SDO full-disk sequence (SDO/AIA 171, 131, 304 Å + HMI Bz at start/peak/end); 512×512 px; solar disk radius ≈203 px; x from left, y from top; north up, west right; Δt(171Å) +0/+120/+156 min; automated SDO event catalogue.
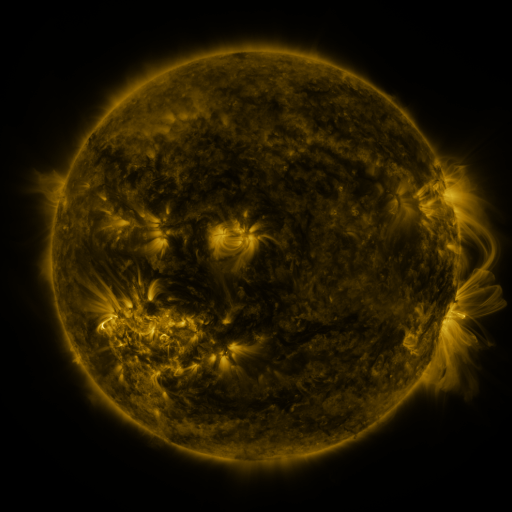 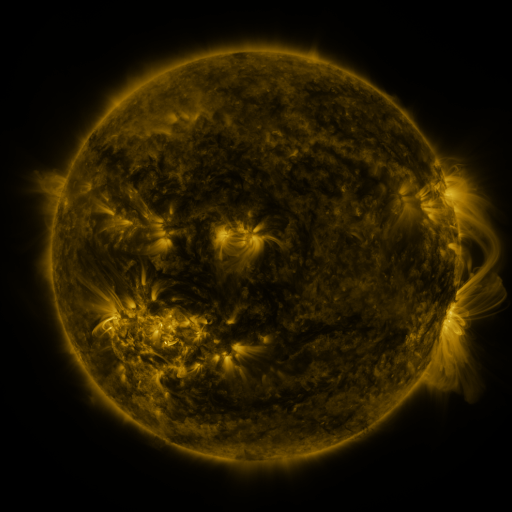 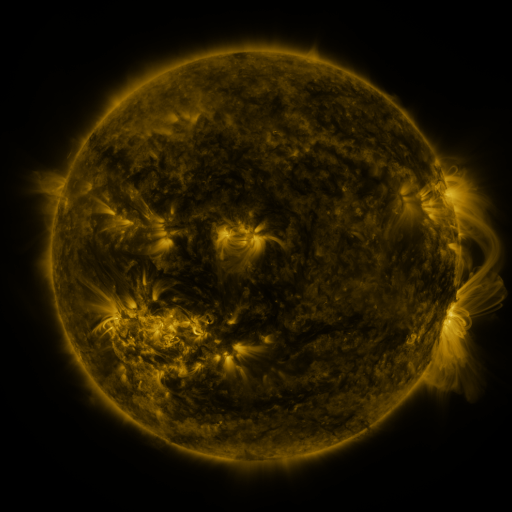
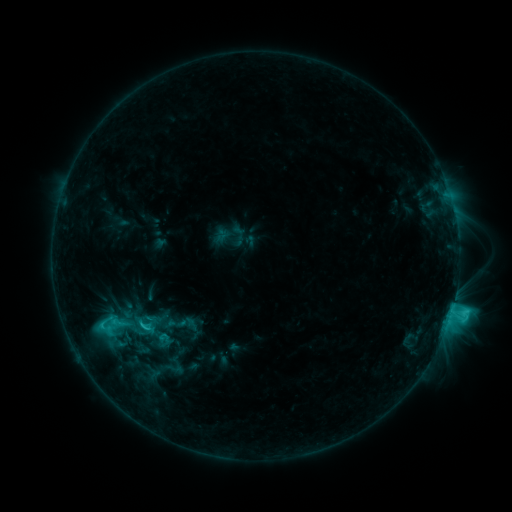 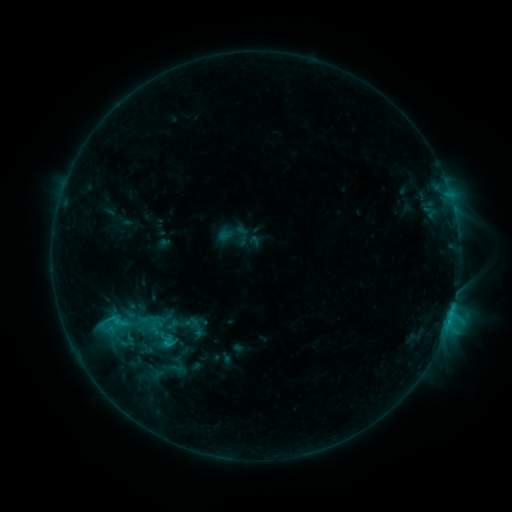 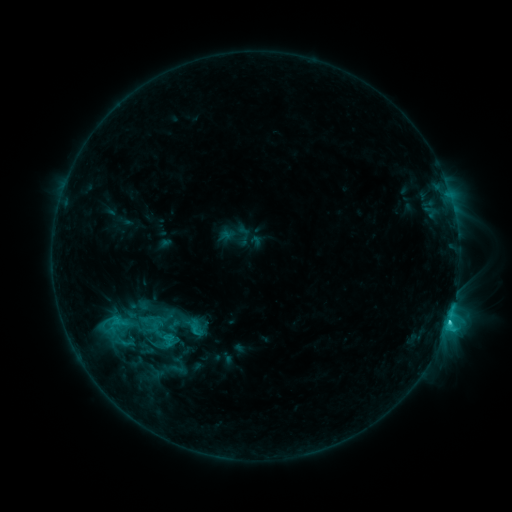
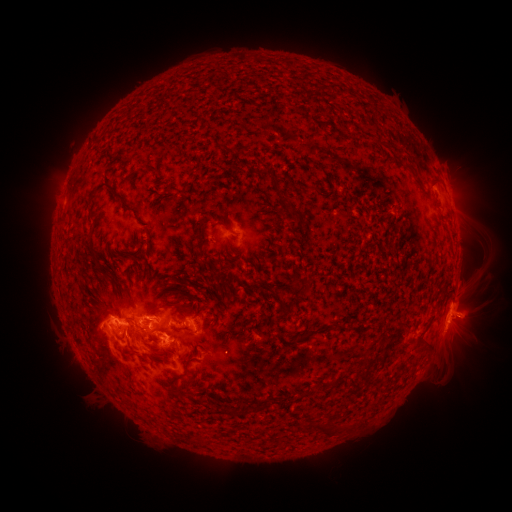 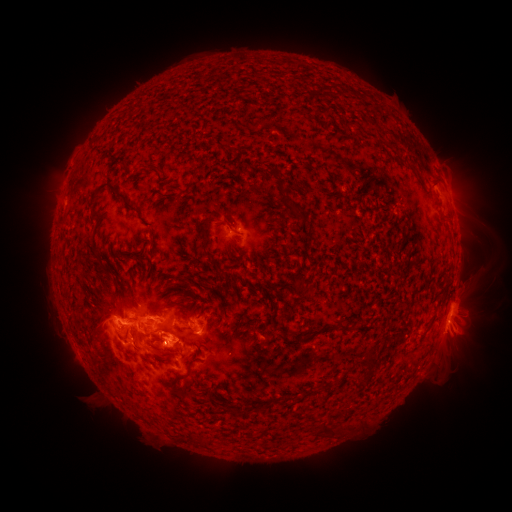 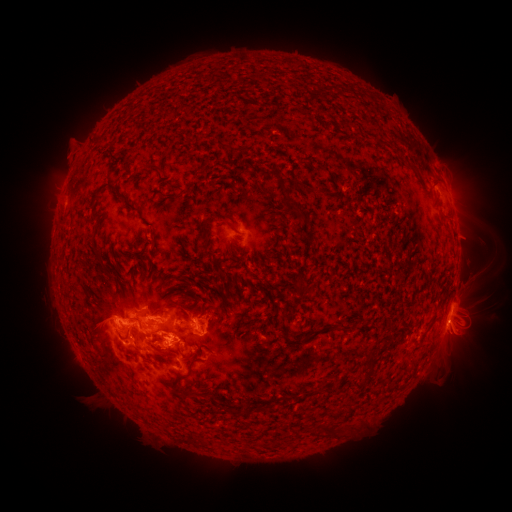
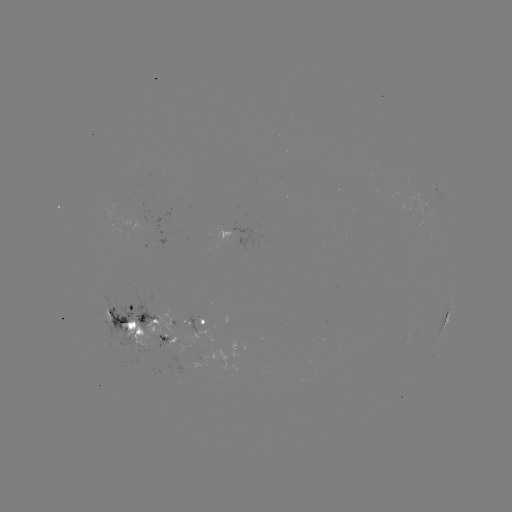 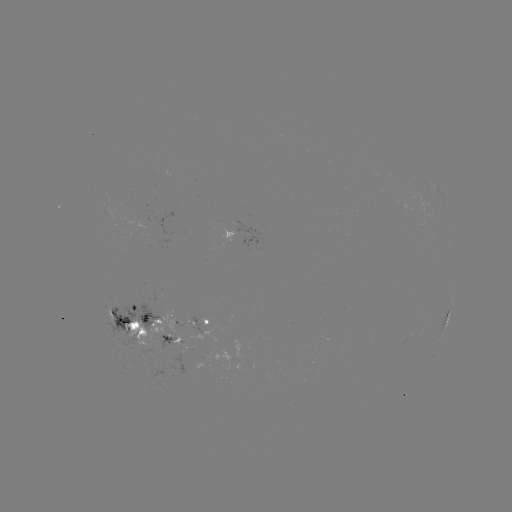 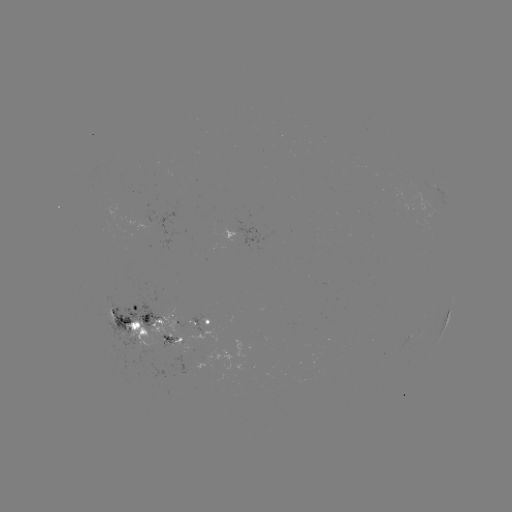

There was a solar emerging-flux region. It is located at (405, 338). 